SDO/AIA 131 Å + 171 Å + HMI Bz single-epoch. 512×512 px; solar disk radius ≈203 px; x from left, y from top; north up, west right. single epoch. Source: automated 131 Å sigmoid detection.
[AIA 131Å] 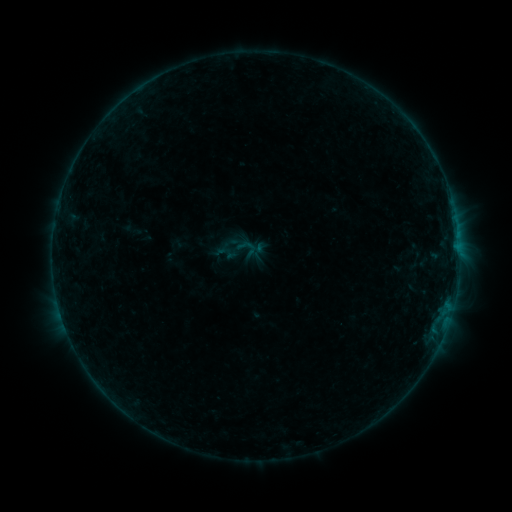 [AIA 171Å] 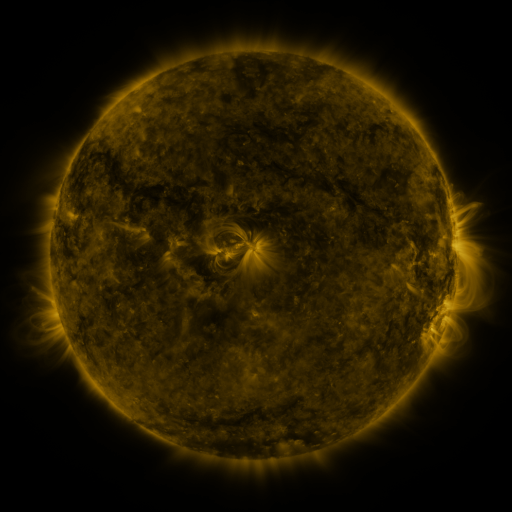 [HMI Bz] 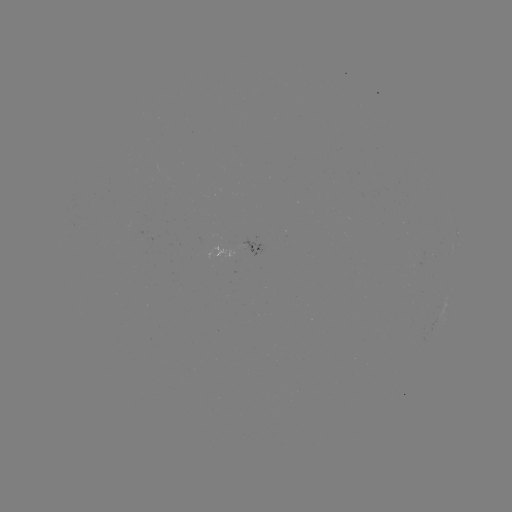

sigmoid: (237, 236, 255, 254)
